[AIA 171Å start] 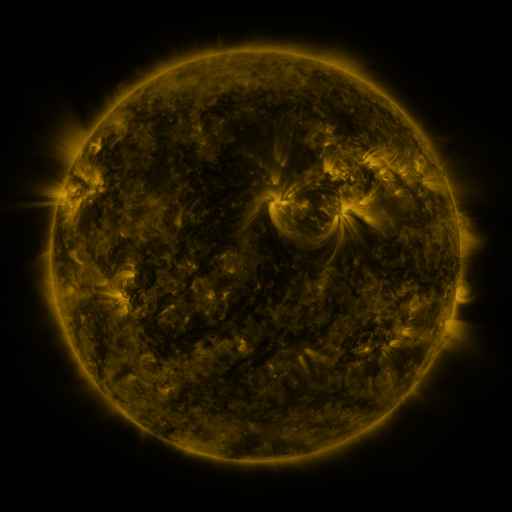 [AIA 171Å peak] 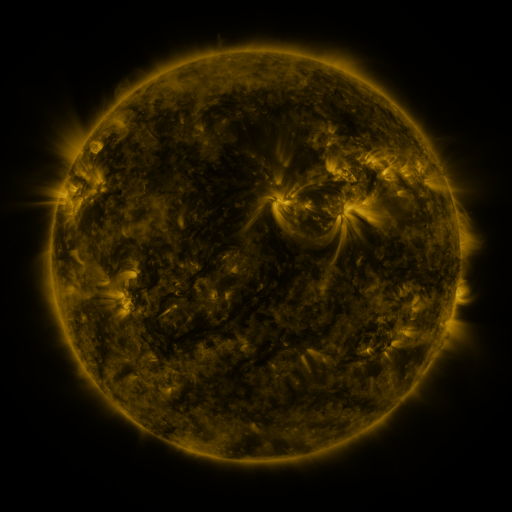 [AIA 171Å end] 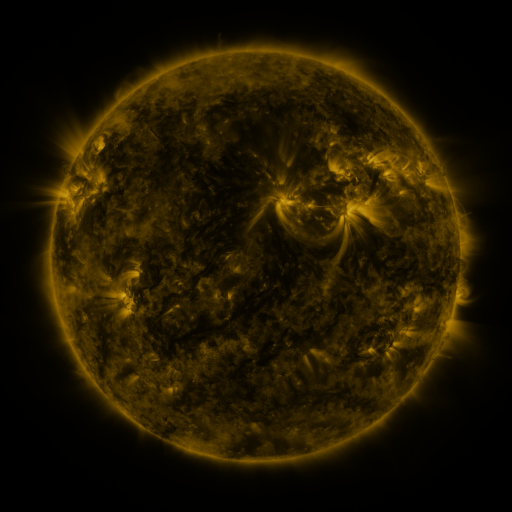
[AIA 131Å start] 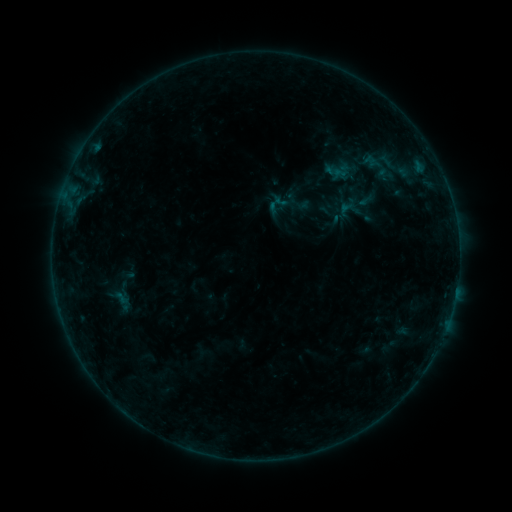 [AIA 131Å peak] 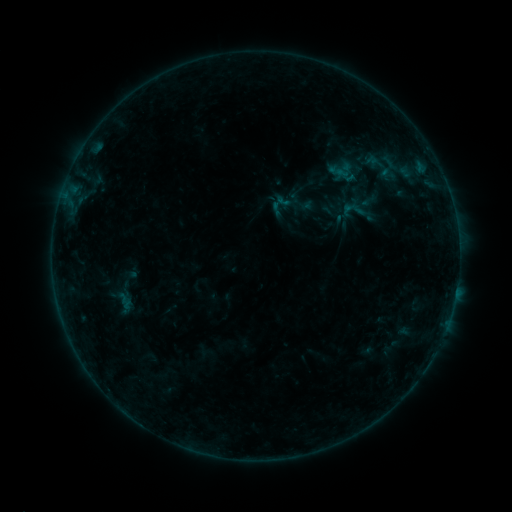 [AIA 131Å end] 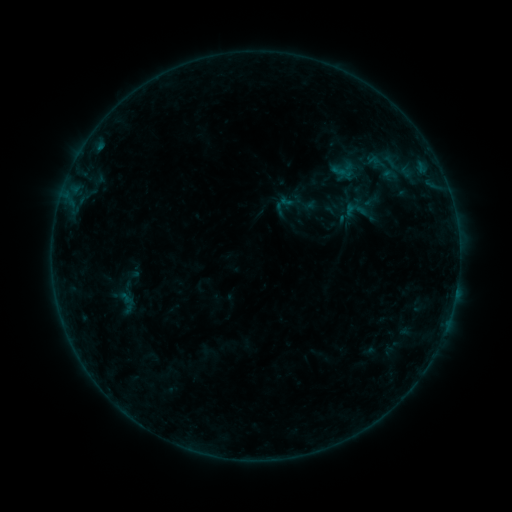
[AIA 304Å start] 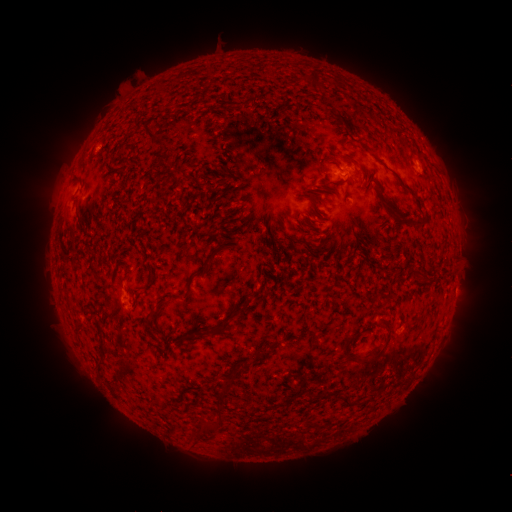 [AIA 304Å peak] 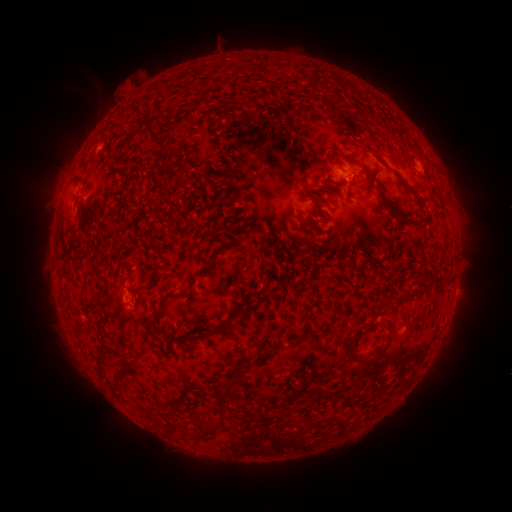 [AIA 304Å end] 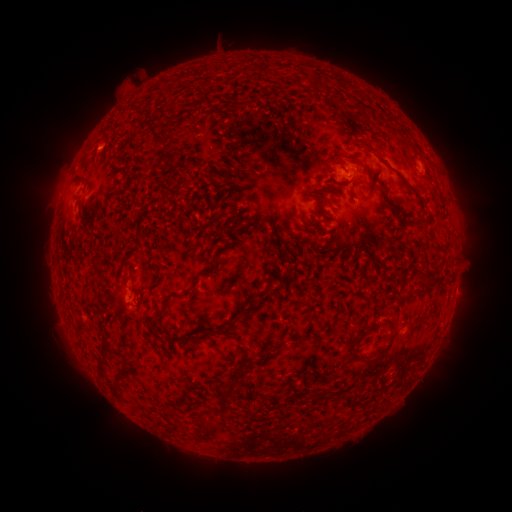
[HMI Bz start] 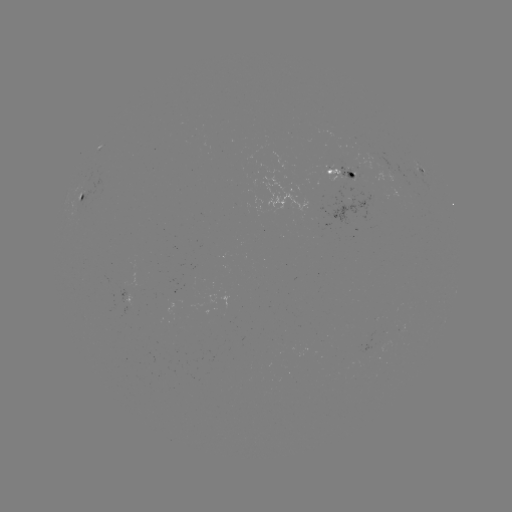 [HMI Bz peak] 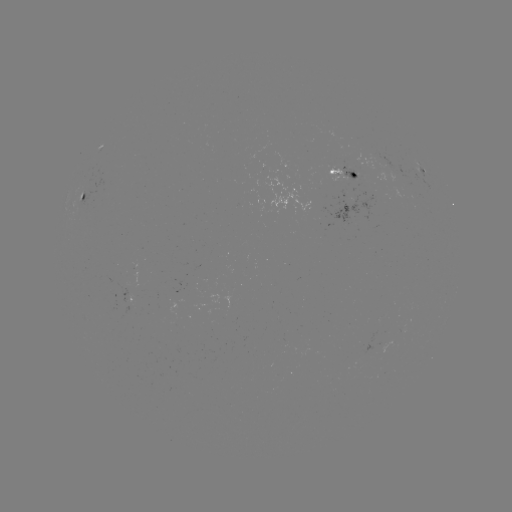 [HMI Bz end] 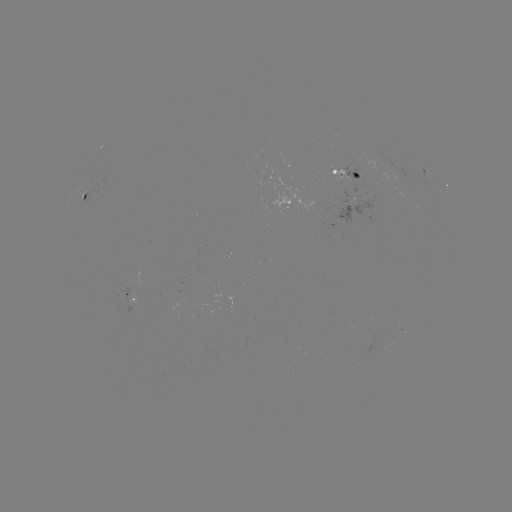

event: filament eruption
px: (57, 100)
